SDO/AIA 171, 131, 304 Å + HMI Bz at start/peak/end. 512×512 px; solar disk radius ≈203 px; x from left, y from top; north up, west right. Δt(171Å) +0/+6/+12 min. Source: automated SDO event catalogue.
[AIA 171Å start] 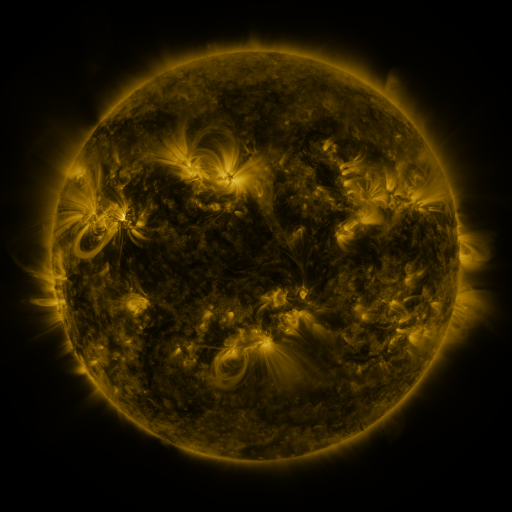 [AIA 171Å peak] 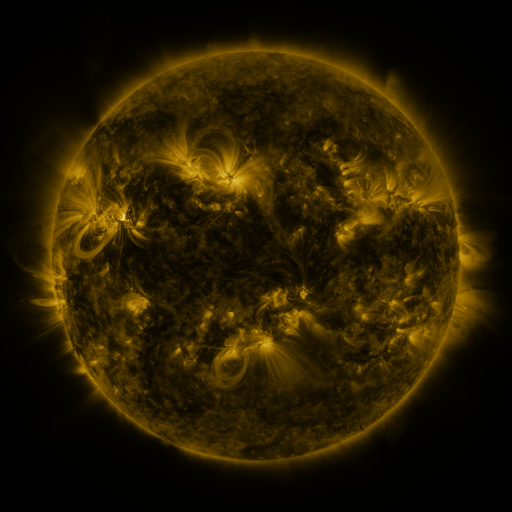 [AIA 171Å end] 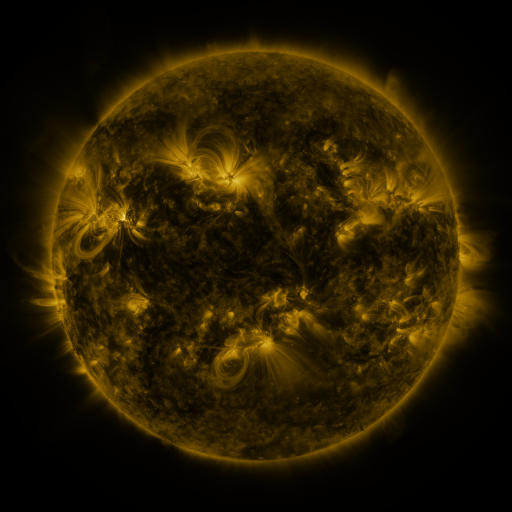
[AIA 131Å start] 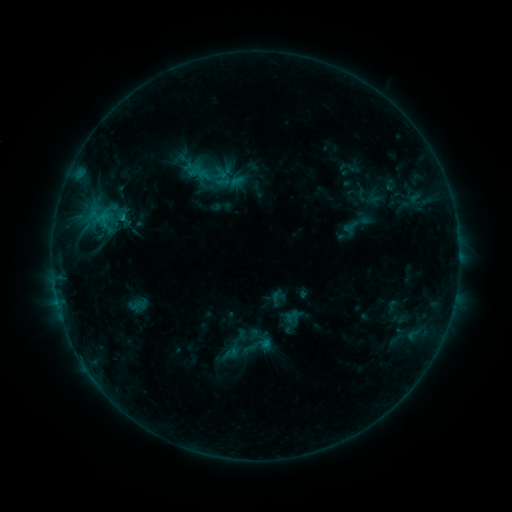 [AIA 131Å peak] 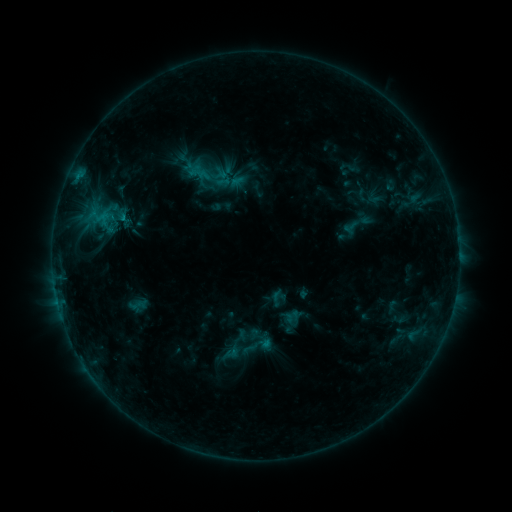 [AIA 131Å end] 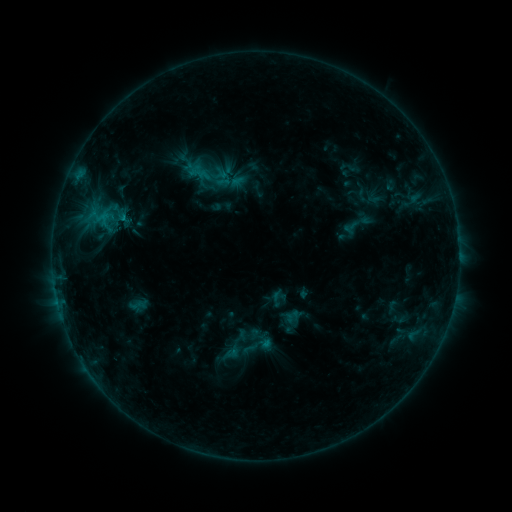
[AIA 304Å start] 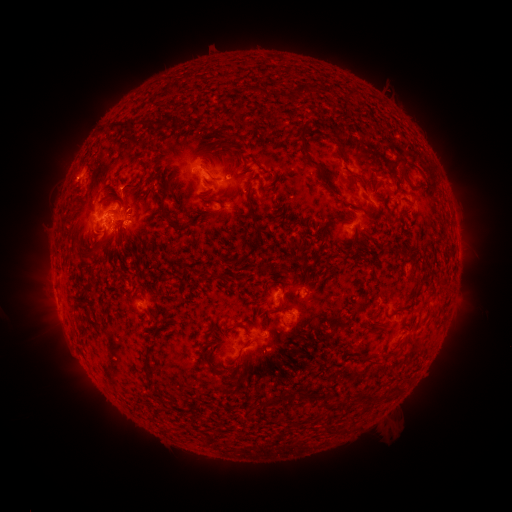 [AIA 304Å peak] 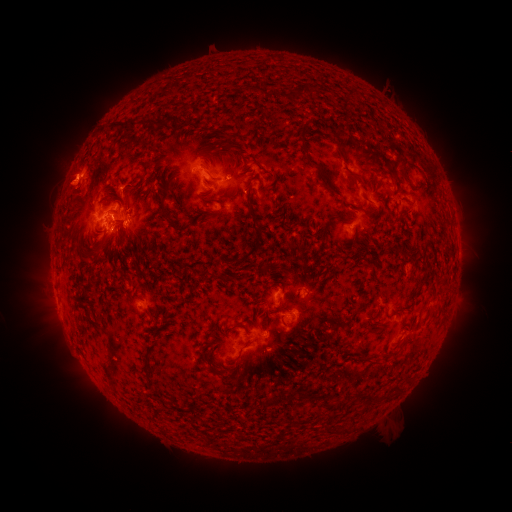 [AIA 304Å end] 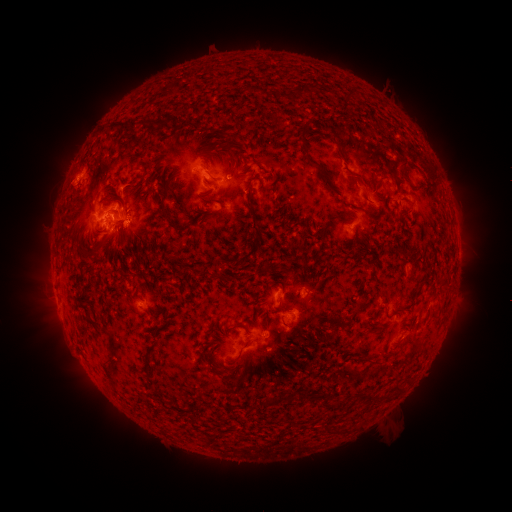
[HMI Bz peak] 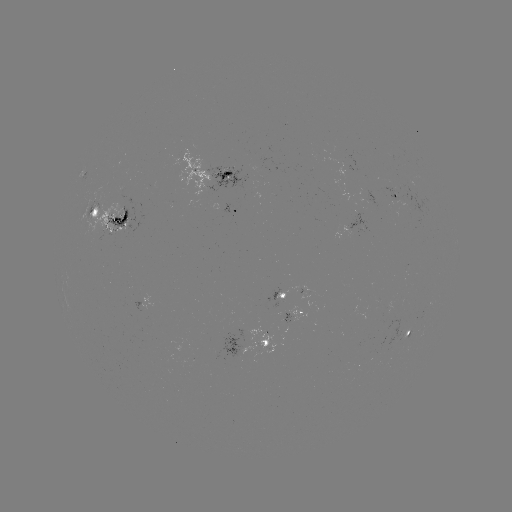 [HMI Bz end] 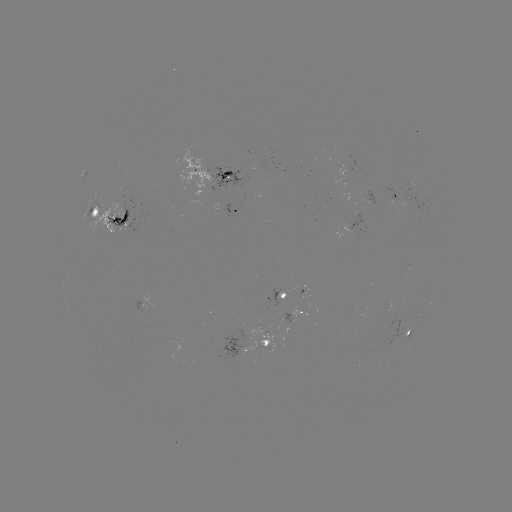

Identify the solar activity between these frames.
eruption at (72, 174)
